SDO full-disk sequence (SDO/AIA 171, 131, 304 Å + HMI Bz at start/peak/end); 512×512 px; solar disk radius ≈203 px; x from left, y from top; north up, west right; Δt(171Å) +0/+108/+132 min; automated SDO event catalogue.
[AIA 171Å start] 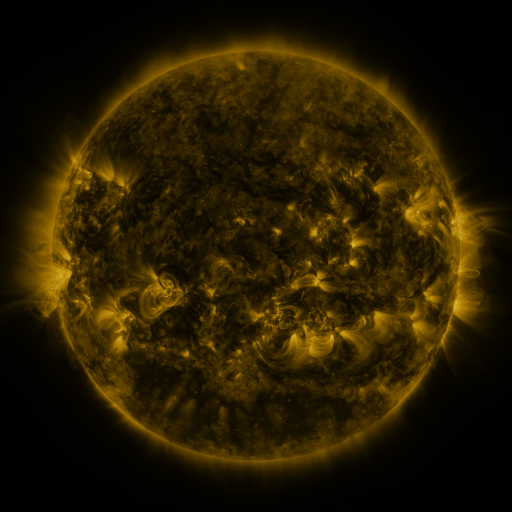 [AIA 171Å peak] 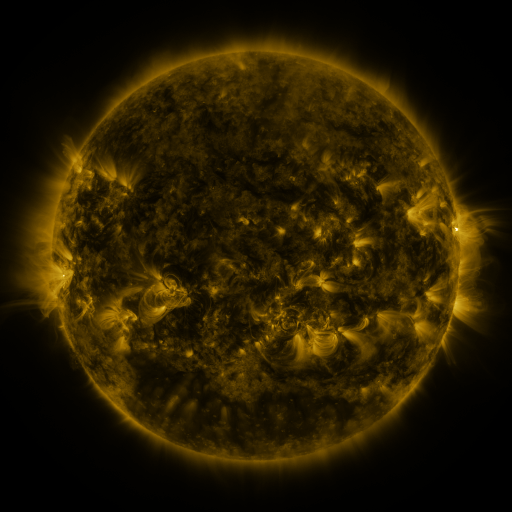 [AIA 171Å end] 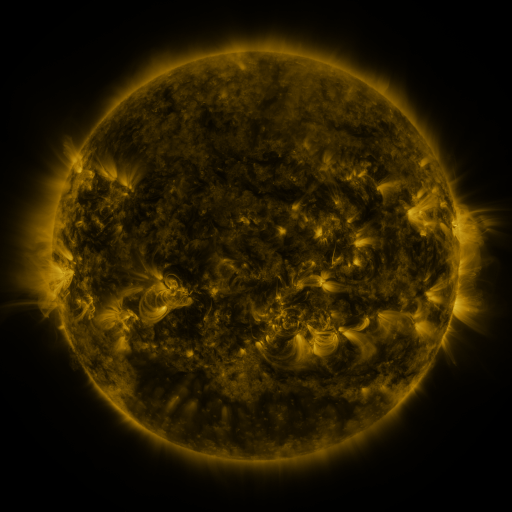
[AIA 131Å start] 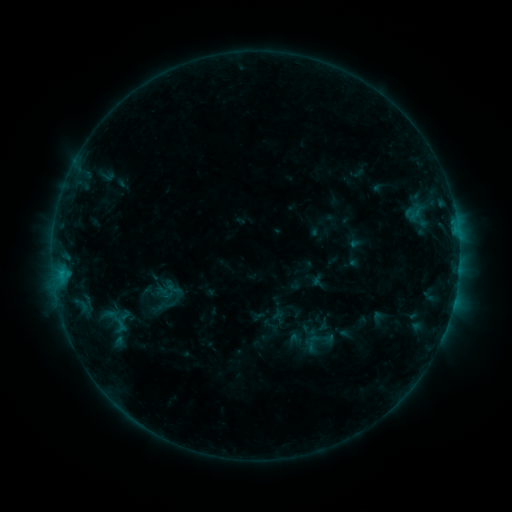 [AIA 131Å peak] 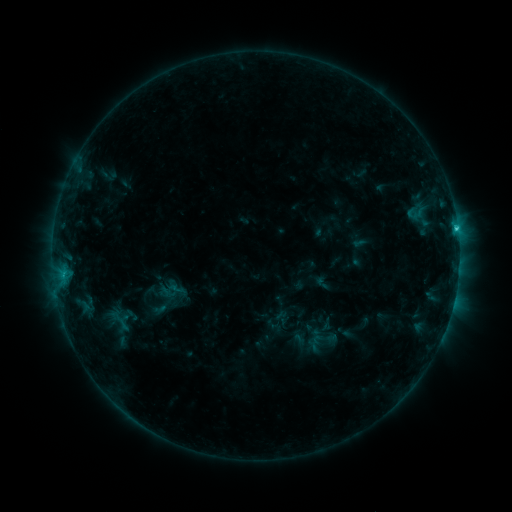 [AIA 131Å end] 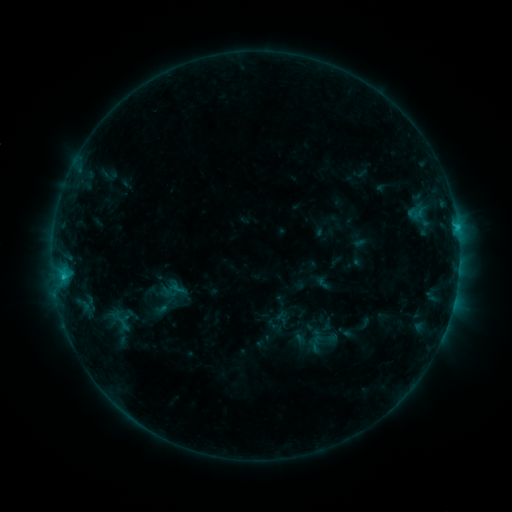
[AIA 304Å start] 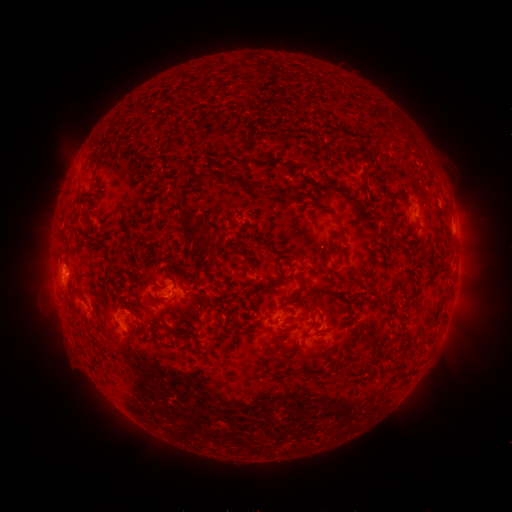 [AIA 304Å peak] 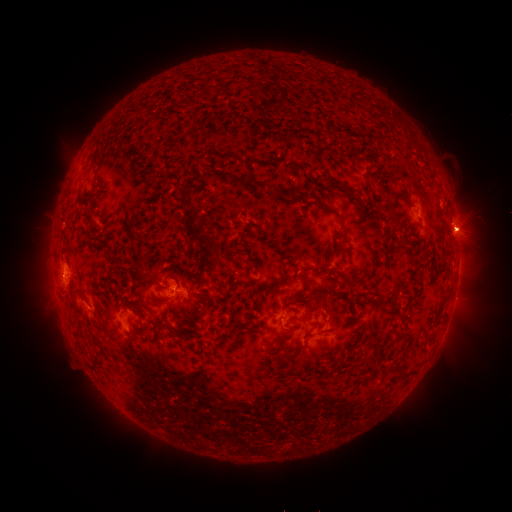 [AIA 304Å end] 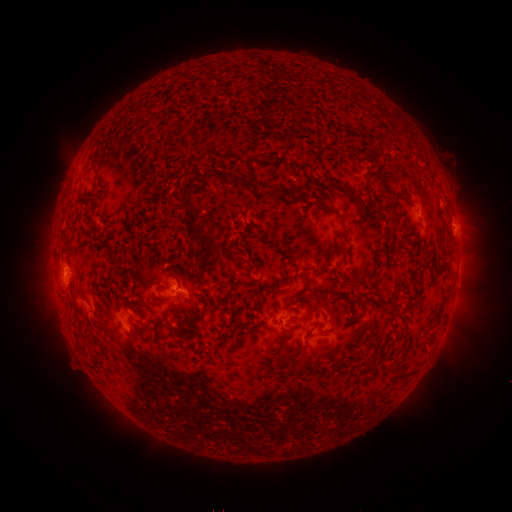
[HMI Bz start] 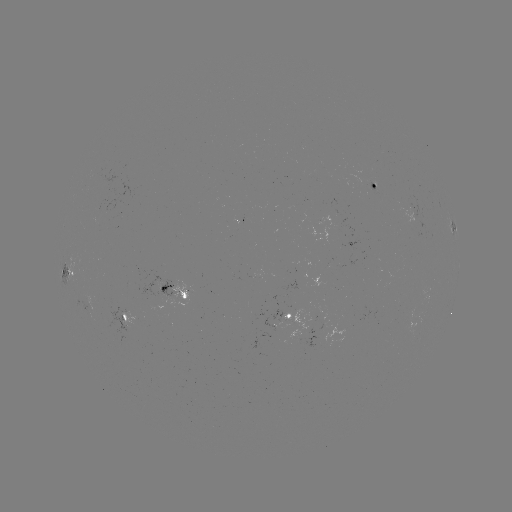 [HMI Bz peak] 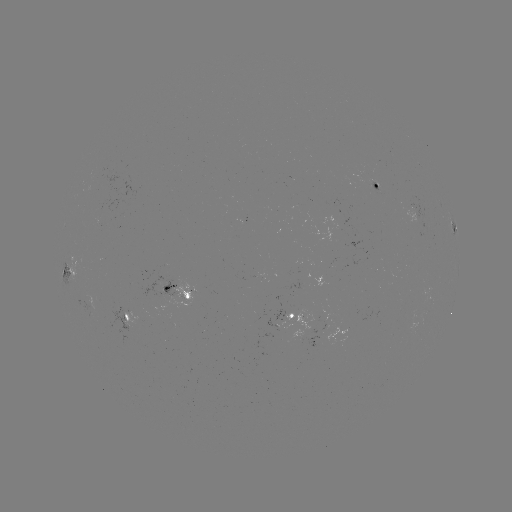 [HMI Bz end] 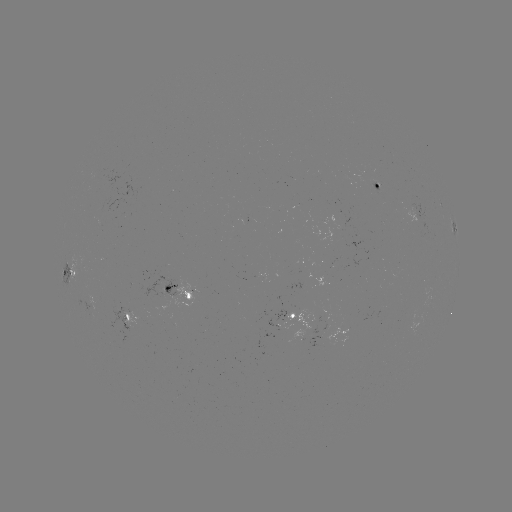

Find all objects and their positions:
emerging-flux region: (377, 190)
